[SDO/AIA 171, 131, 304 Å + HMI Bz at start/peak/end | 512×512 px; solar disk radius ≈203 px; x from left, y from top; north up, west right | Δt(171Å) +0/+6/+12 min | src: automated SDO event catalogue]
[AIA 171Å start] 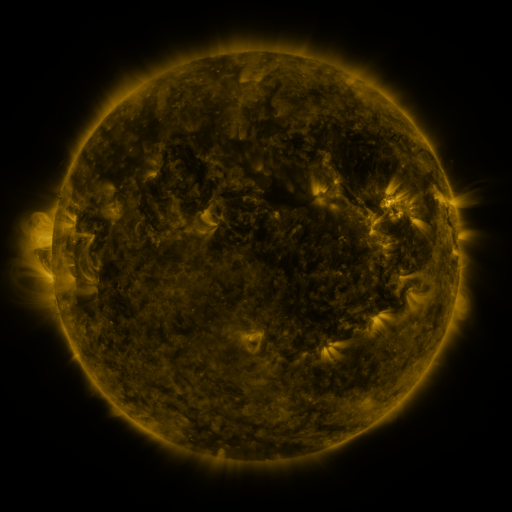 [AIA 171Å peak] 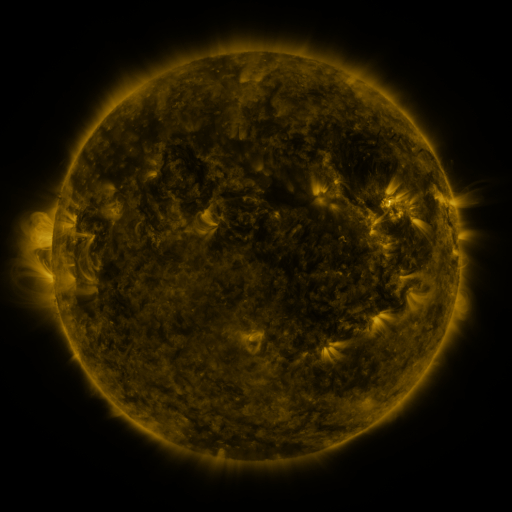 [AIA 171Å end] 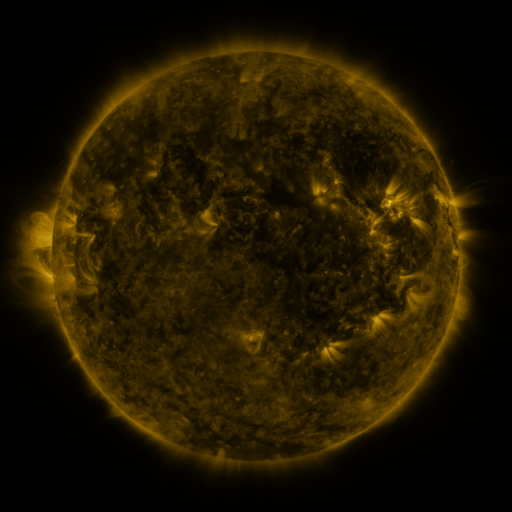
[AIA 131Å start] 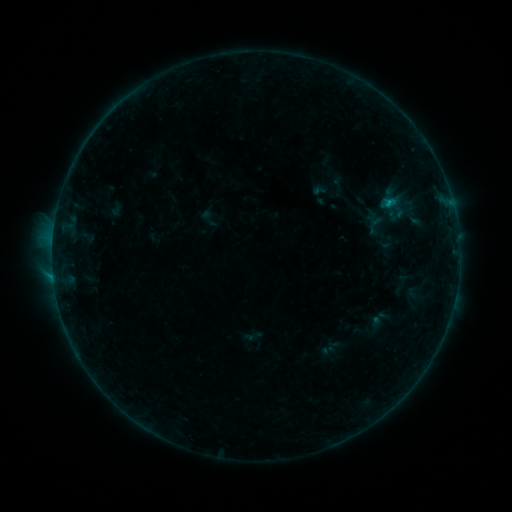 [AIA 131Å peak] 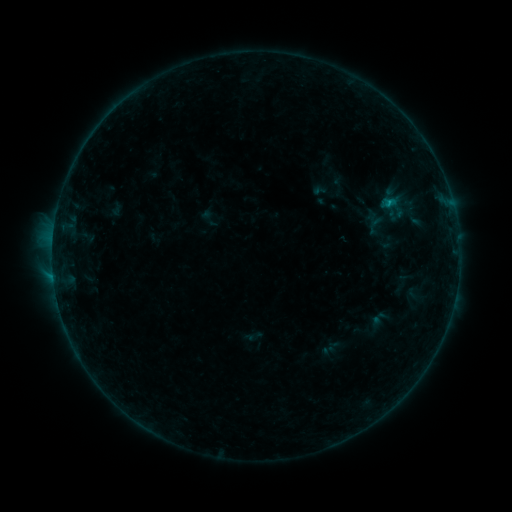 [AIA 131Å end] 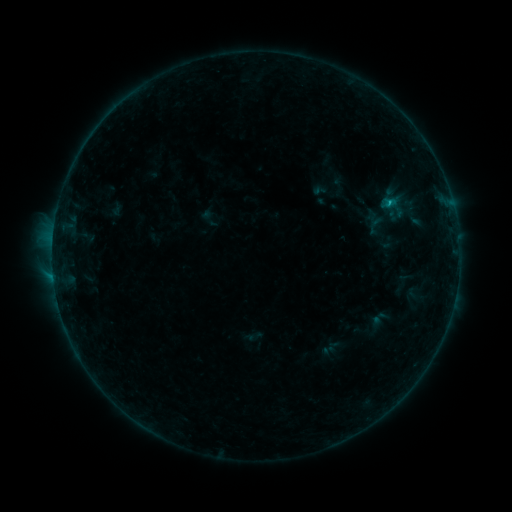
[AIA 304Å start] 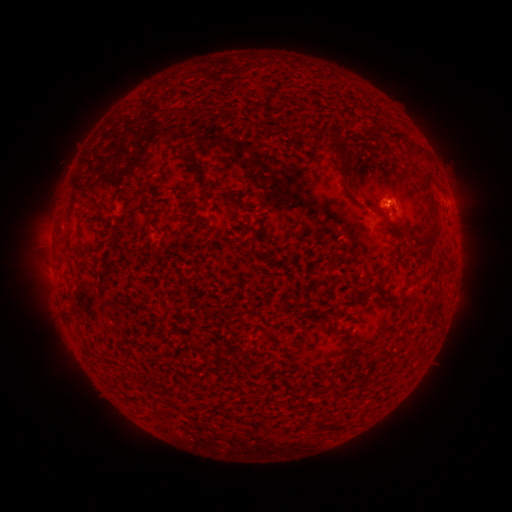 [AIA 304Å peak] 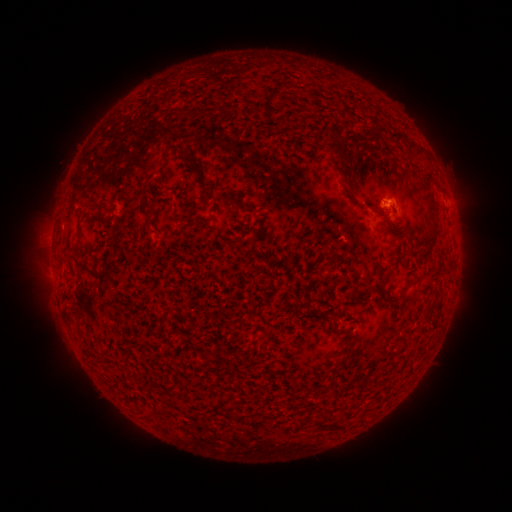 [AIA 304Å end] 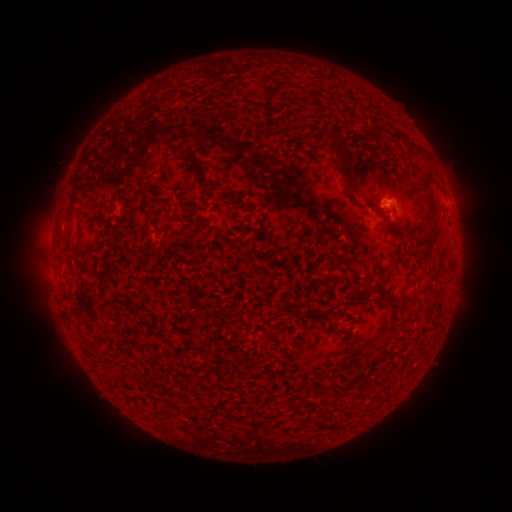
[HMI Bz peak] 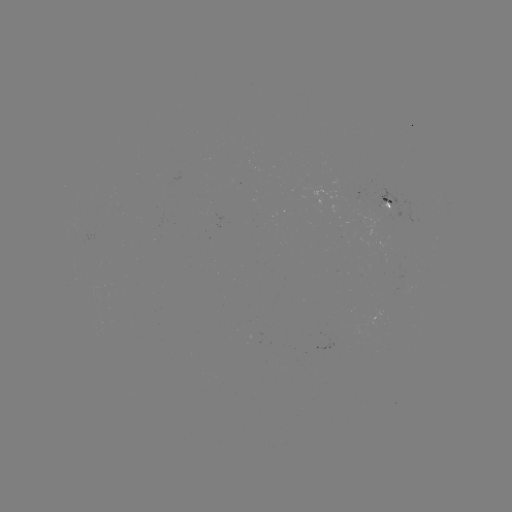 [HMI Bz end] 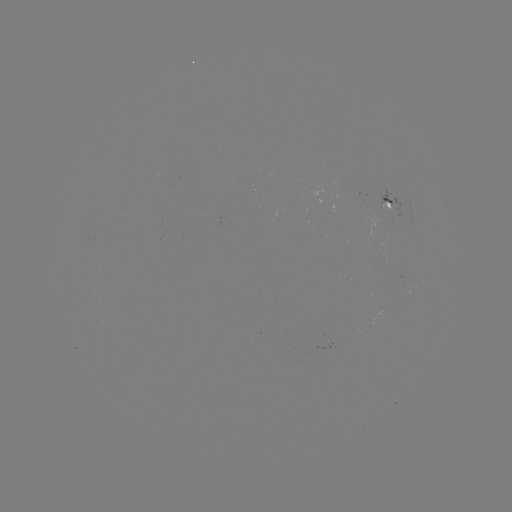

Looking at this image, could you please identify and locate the B3.0 flare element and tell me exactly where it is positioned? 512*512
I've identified B3.0 flare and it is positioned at [387, 204].